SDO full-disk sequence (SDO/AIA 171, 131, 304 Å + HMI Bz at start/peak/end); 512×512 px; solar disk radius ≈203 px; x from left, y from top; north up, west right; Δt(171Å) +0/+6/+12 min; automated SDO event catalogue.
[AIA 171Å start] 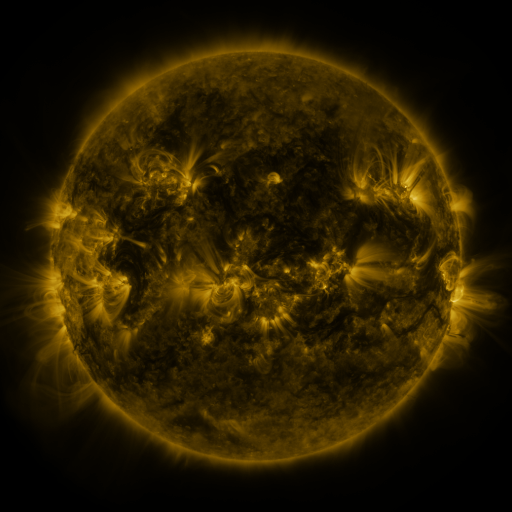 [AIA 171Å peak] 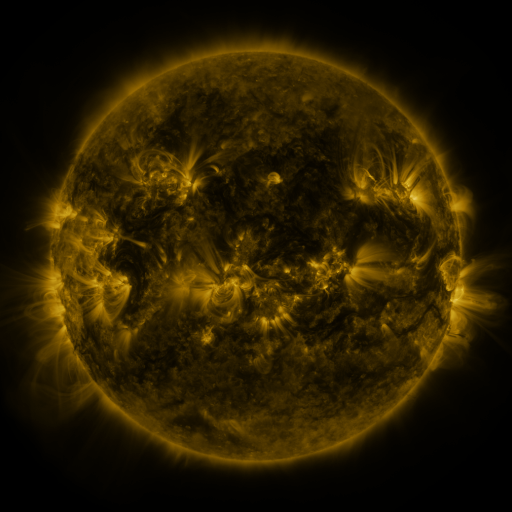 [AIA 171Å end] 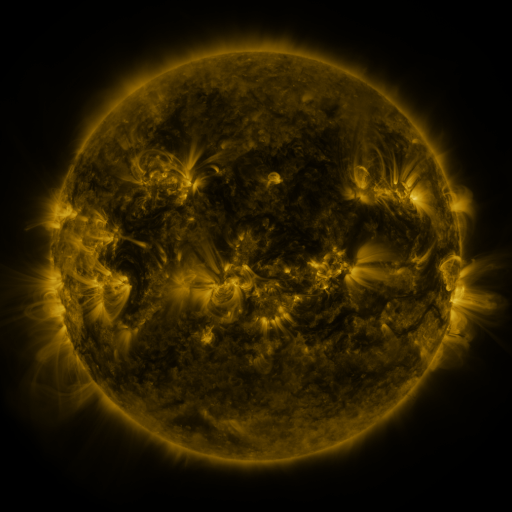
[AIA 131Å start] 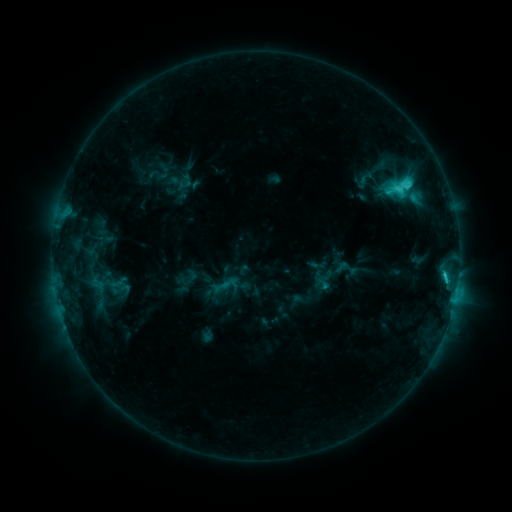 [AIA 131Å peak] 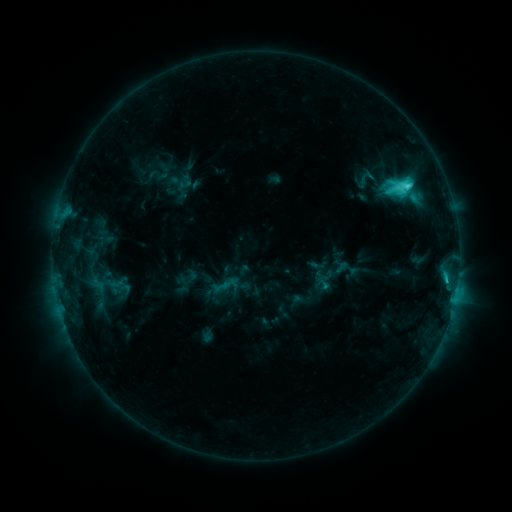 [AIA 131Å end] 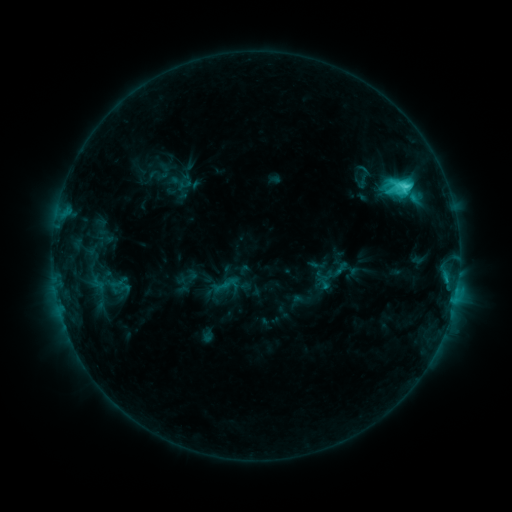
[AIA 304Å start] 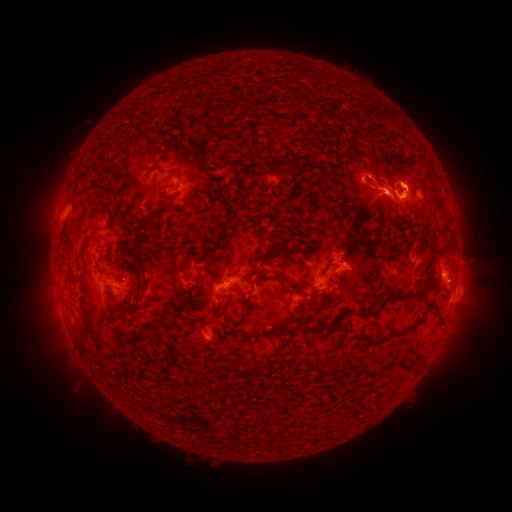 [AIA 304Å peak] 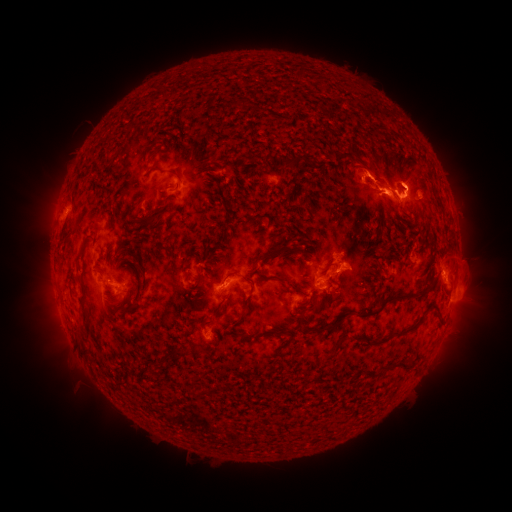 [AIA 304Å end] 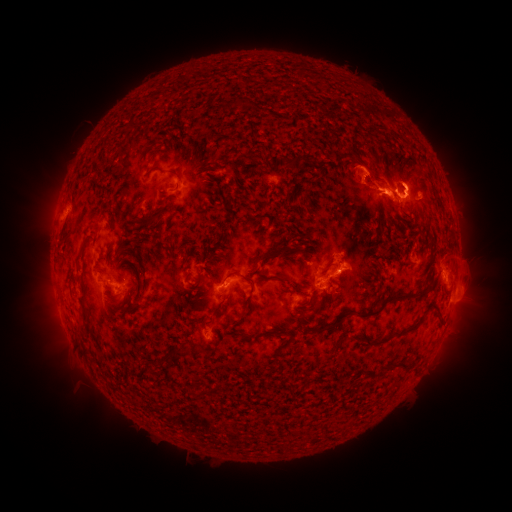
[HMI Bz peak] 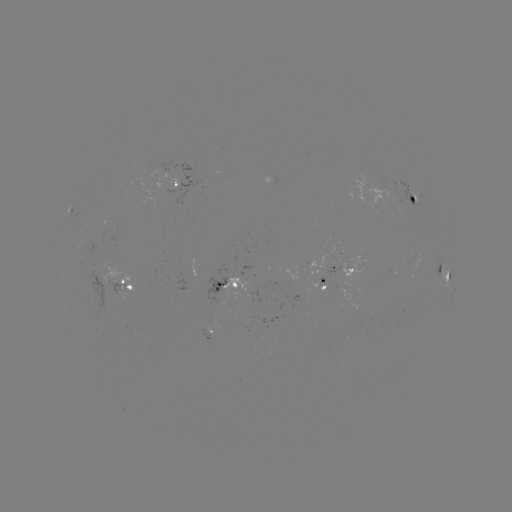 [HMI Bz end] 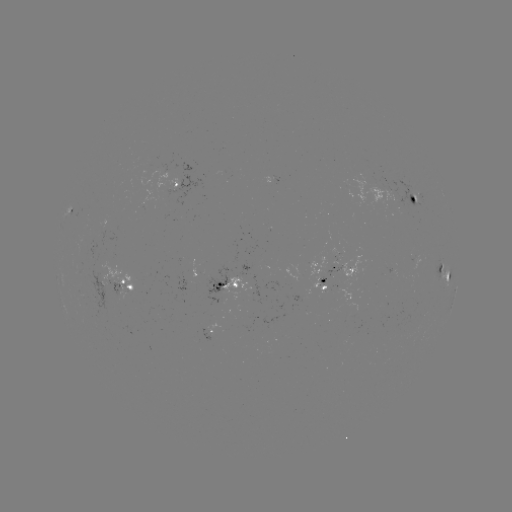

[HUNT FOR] eruption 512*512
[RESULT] [372, 212]